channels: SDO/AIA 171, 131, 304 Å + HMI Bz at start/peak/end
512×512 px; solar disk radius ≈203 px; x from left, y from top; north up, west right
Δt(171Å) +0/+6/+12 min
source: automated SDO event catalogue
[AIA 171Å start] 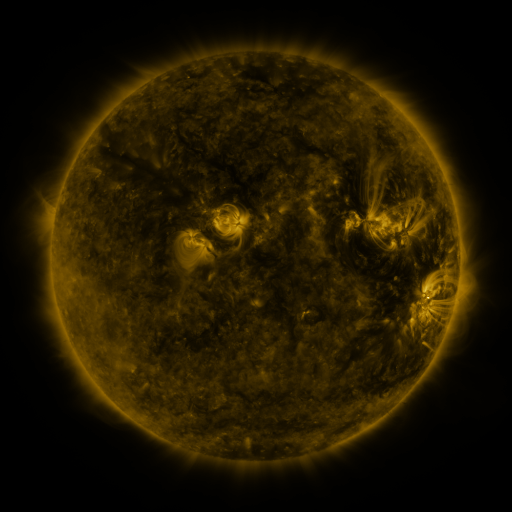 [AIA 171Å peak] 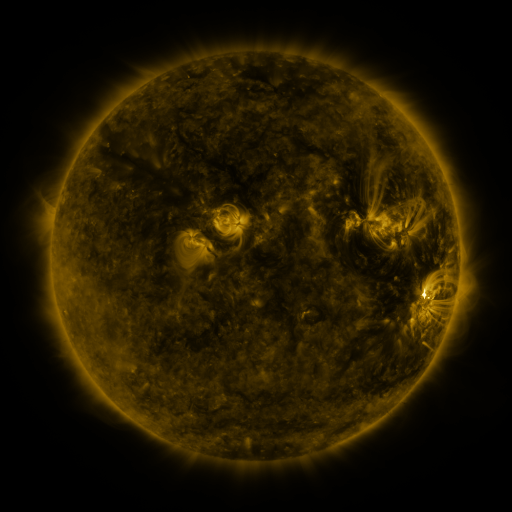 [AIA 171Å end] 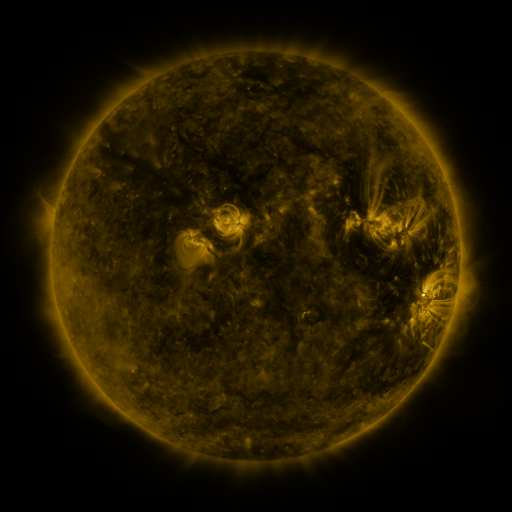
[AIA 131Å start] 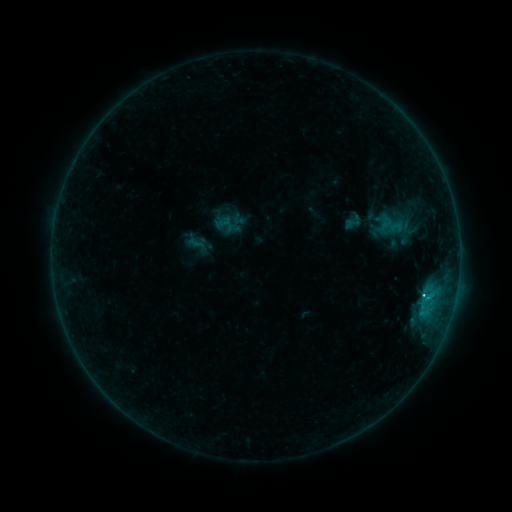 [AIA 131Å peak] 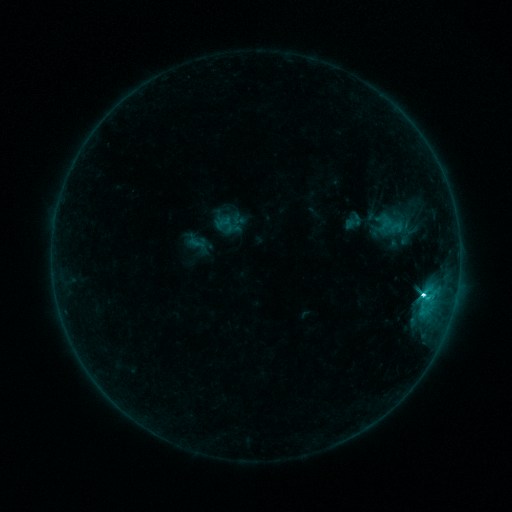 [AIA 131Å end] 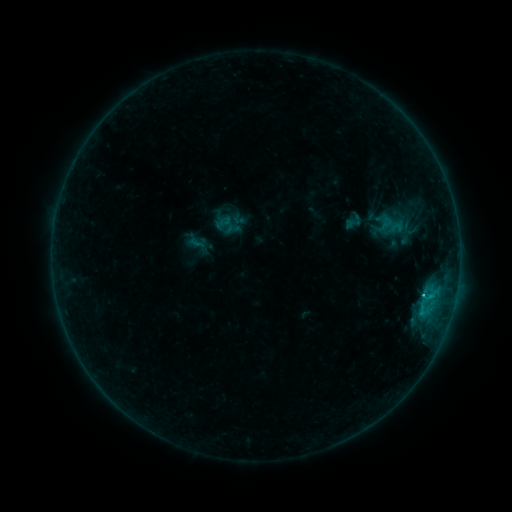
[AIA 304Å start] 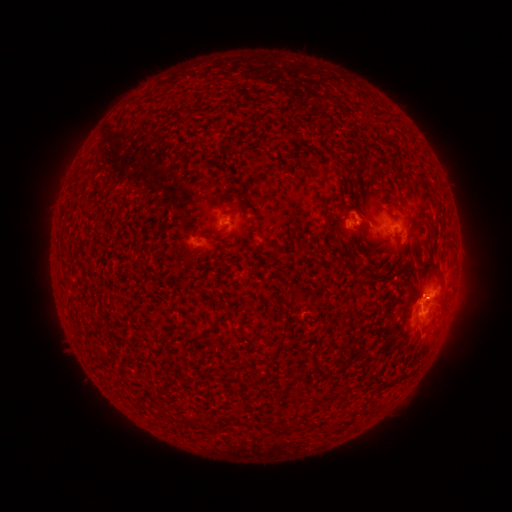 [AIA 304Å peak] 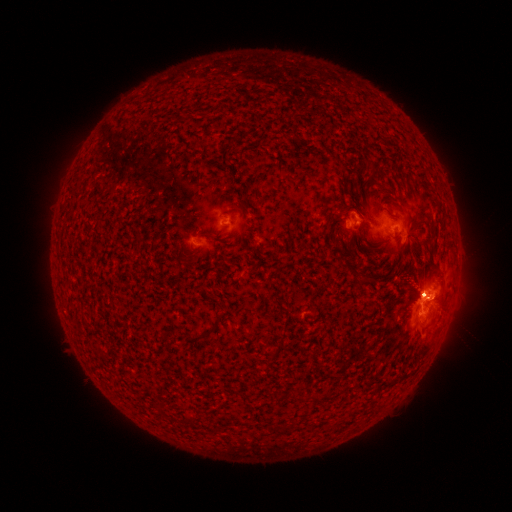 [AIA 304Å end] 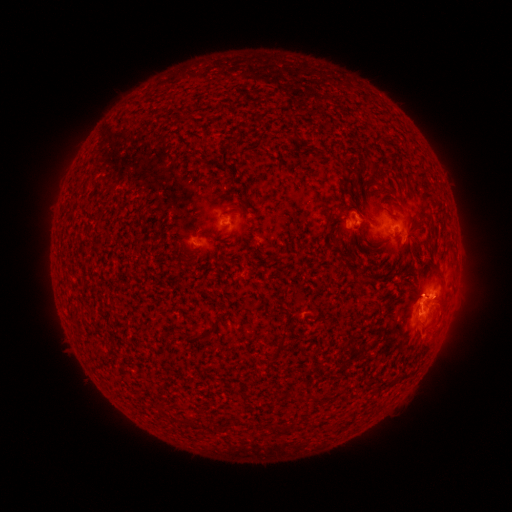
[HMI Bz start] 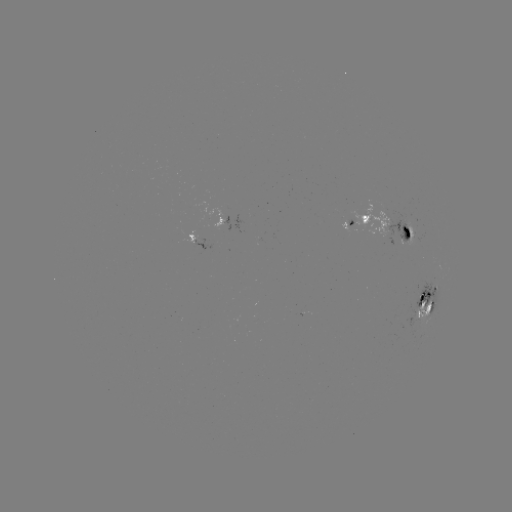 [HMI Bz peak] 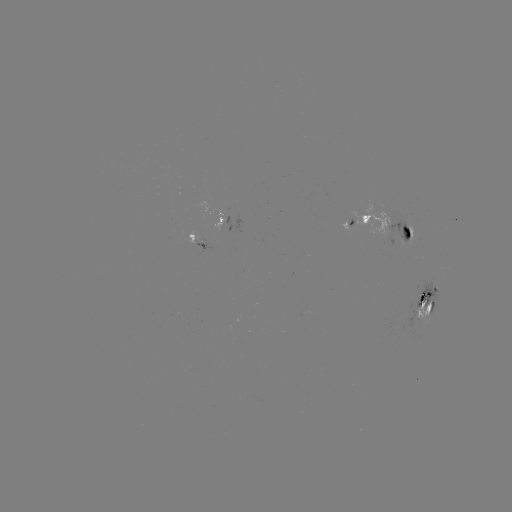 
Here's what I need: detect M1.2 flare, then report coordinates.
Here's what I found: M1.2 flare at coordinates [421, 295].